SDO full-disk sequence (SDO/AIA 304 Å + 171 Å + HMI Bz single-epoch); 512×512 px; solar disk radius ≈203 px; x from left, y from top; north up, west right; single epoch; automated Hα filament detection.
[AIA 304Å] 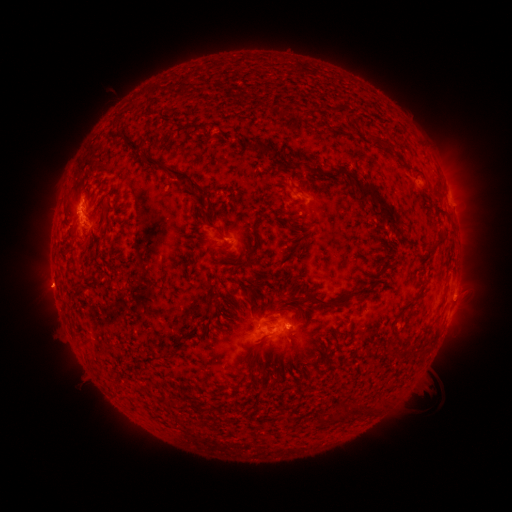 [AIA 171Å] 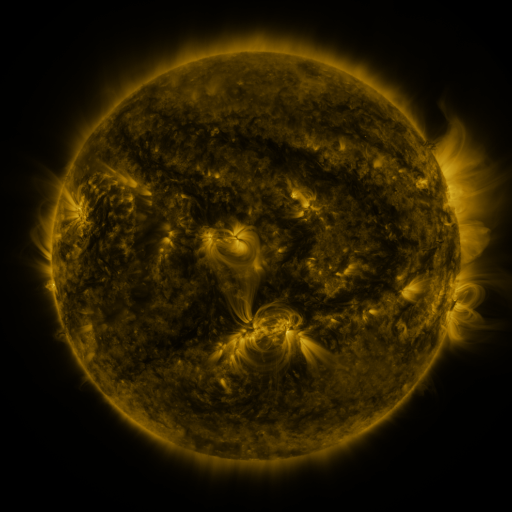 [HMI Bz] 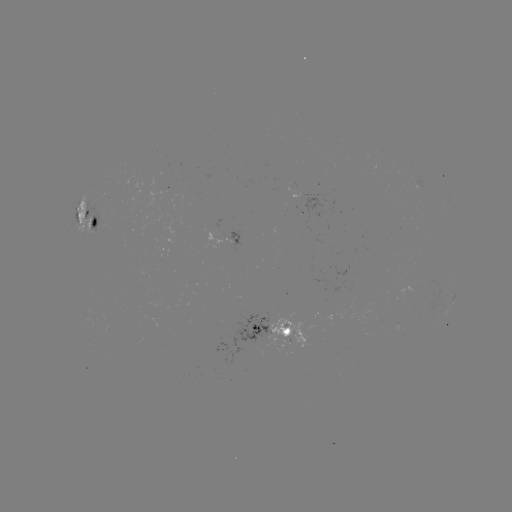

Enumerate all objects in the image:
filament: (383, 140)
filament: (258, 148)
filament: (297, 164)
filament: (153, 165)
filament: (363, 189)
filament: (103, 217)
filament: (208, 226)
filament: (440, 238)
filament: (95, 240)
filament: (302, 244)
filament: (68, 252)
filament: (387, 265)
filament: (81, 289)
filament: (247, 289)
filament: (364, 289)
filament: (320, 300)
filament: (253, 349)
filament: (393, 349)
filament: (173, 356)
